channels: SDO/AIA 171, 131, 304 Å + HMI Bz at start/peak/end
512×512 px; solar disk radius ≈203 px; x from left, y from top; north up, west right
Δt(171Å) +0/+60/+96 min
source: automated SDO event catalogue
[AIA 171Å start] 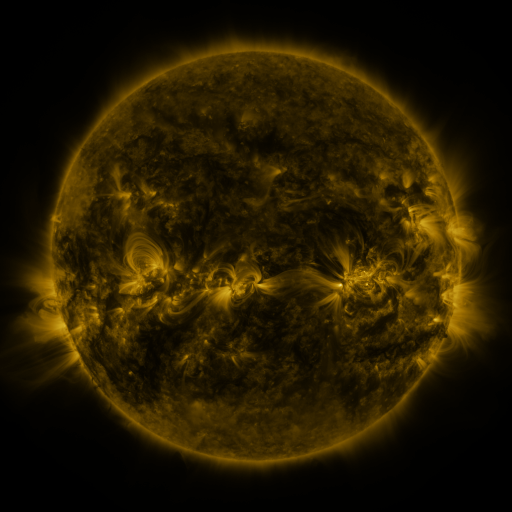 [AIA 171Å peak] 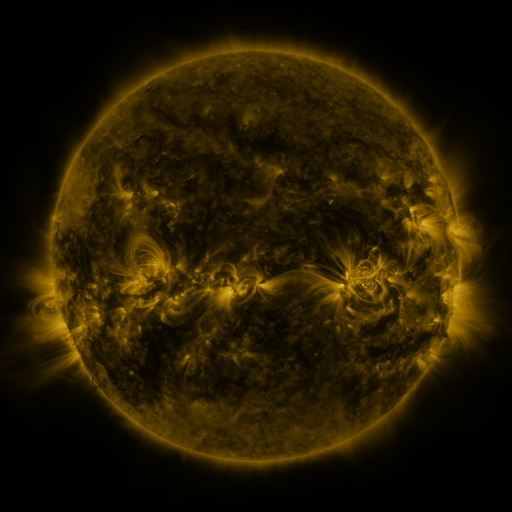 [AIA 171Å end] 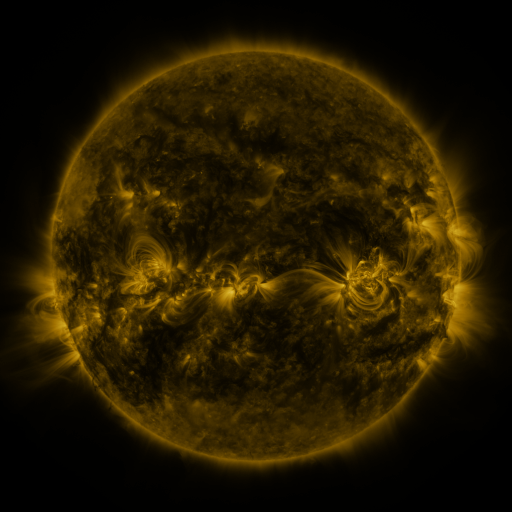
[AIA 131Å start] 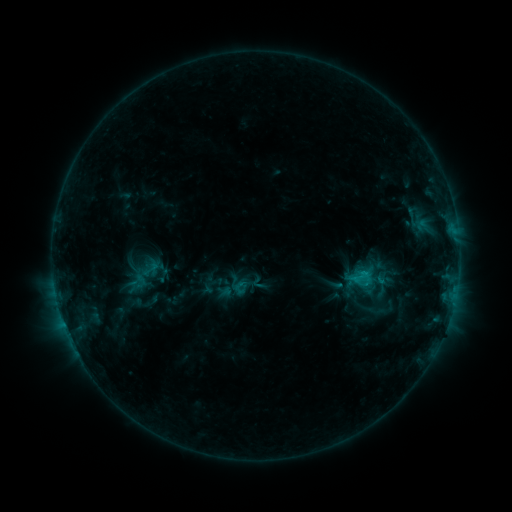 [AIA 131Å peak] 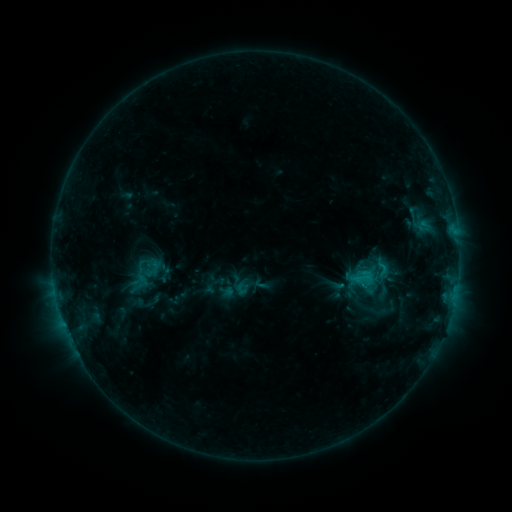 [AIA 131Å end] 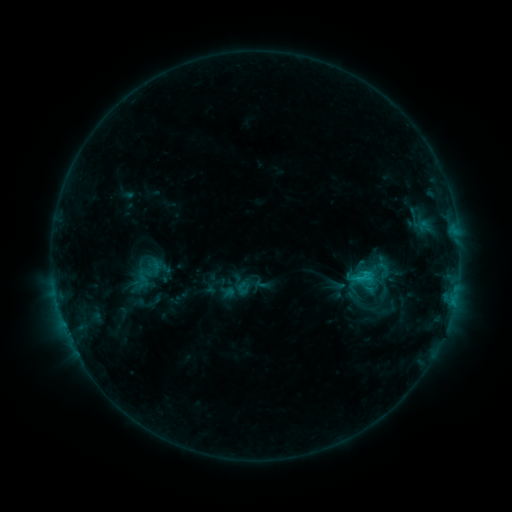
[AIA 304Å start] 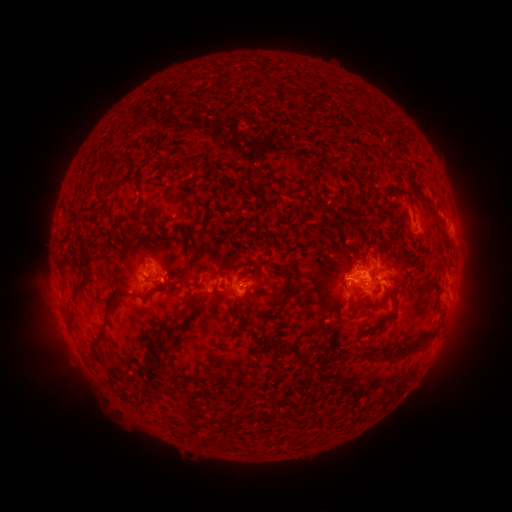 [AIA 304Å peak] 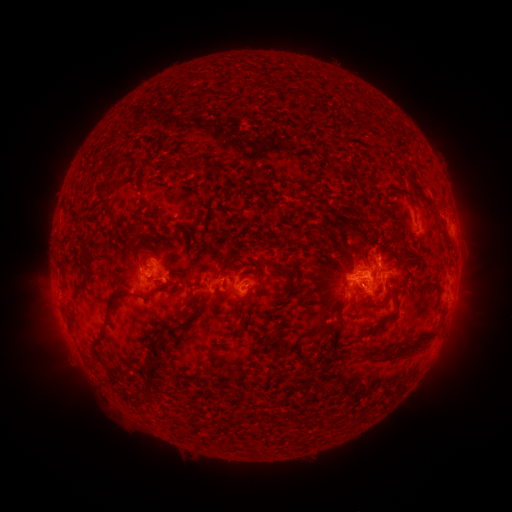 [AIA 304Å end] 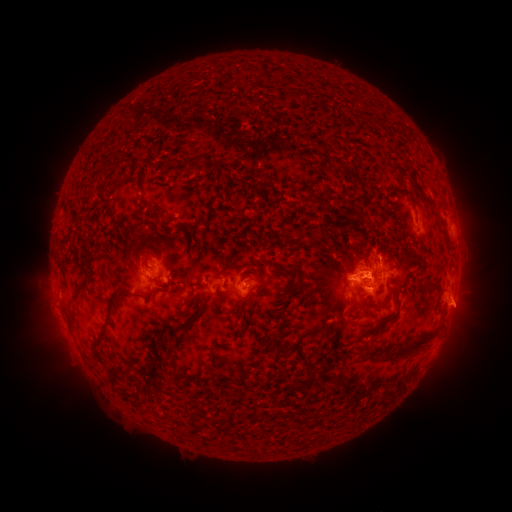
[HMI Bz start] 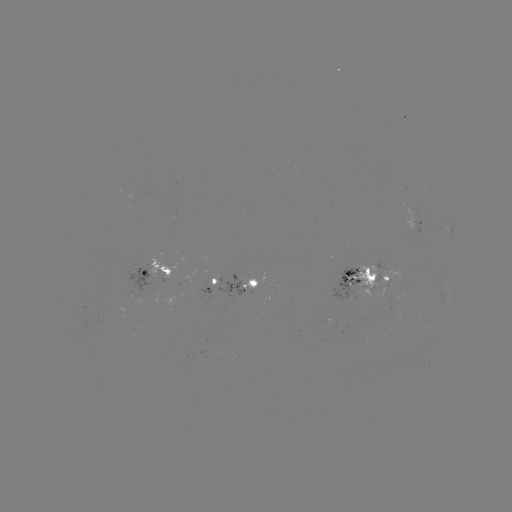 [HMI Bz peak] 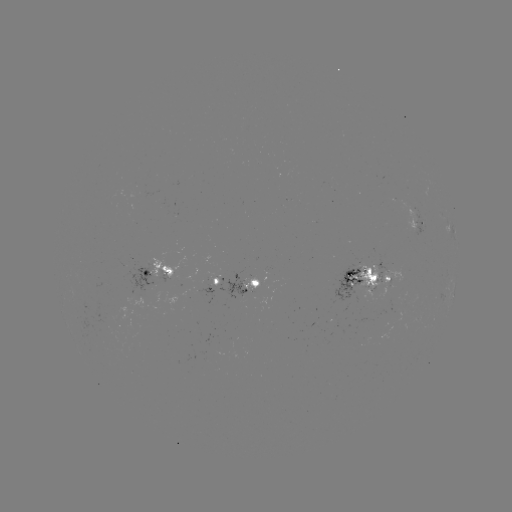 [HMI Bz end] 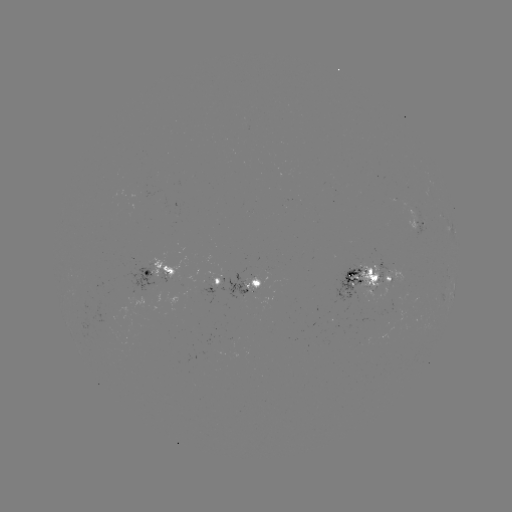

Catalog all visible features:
emerging-flux region: (388, 319)
